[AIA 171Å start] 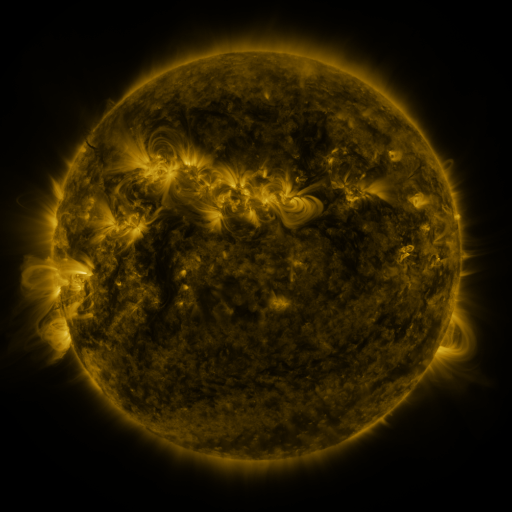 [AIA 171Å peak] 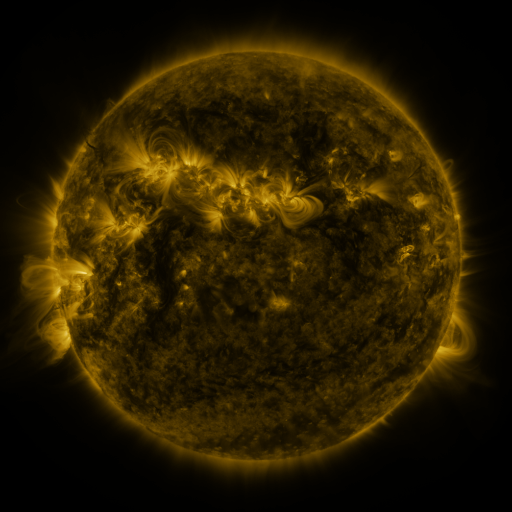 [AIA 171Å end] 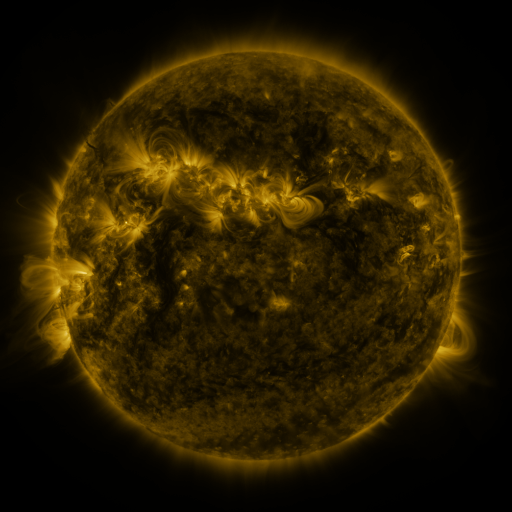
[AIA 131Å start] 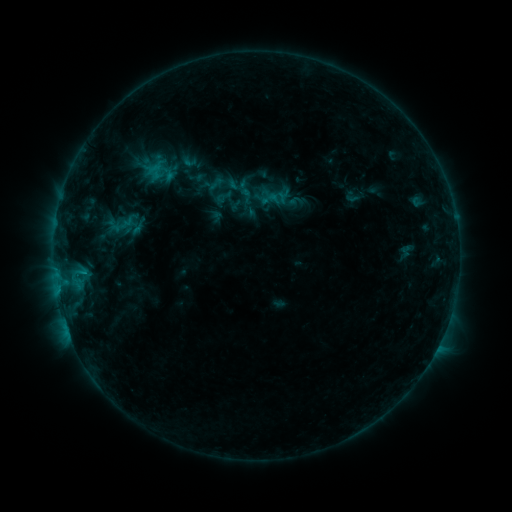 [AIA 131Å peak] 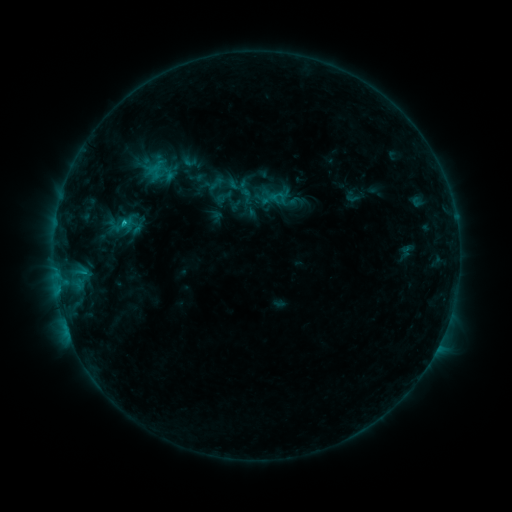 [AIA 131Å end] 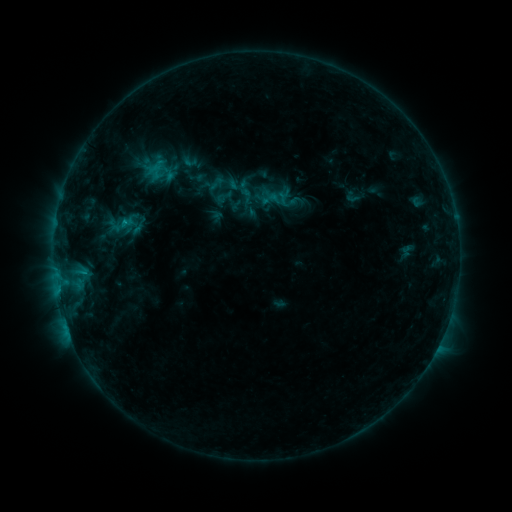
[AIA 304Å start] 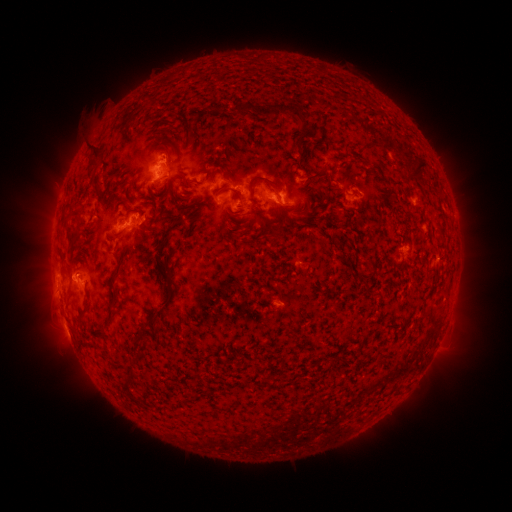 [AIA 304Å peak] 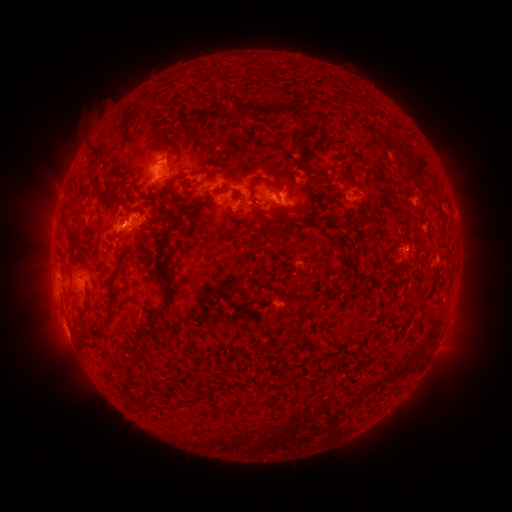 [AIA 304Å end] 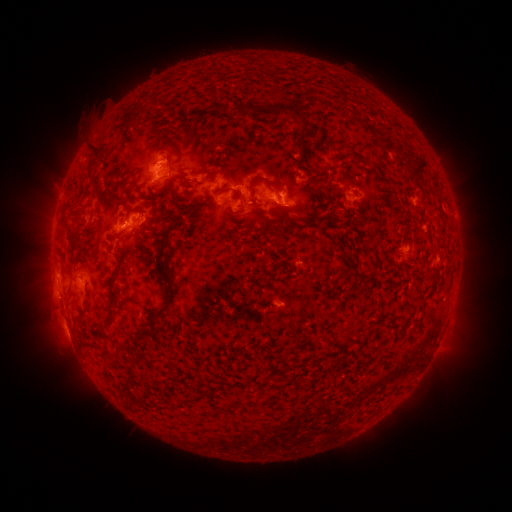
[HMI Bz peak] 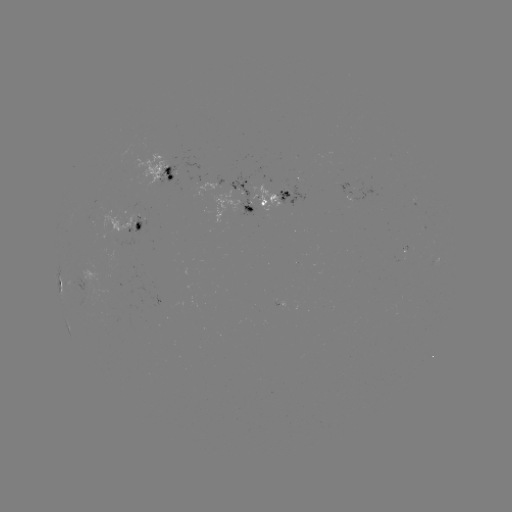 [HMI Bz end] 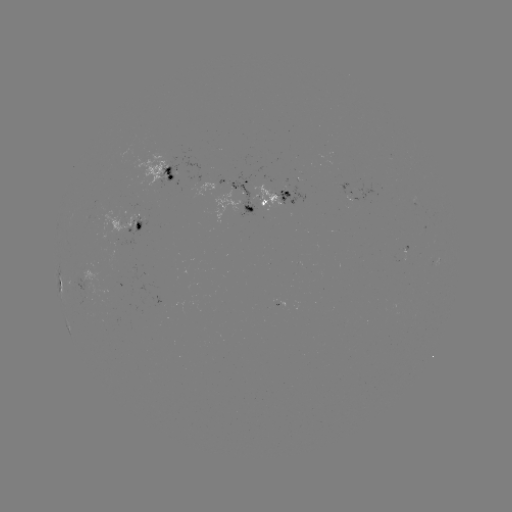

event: flare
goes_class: C1.0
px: (125, 223)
